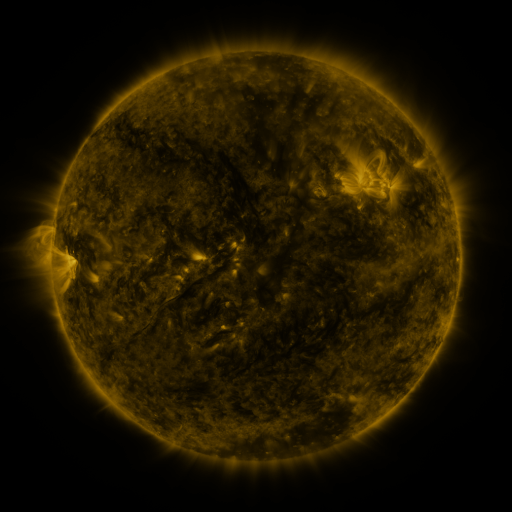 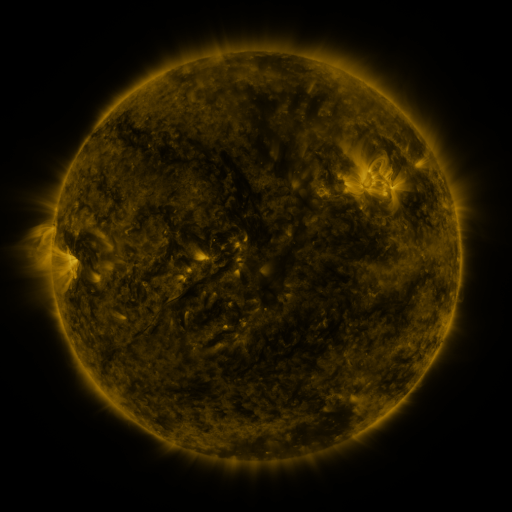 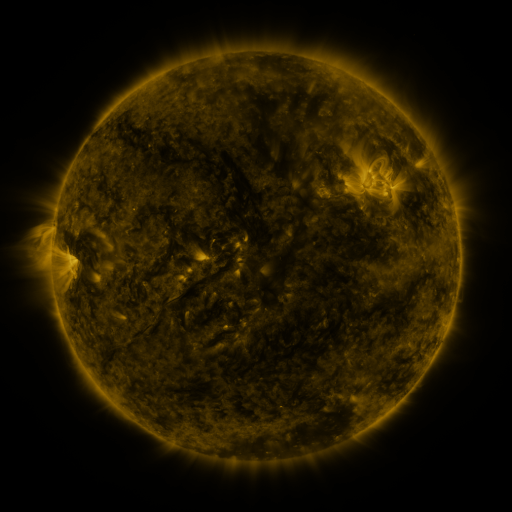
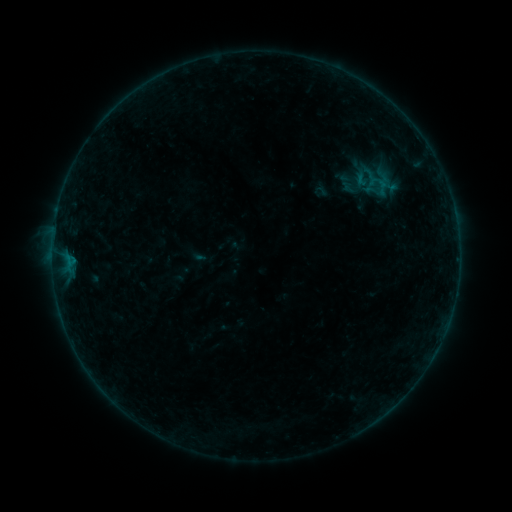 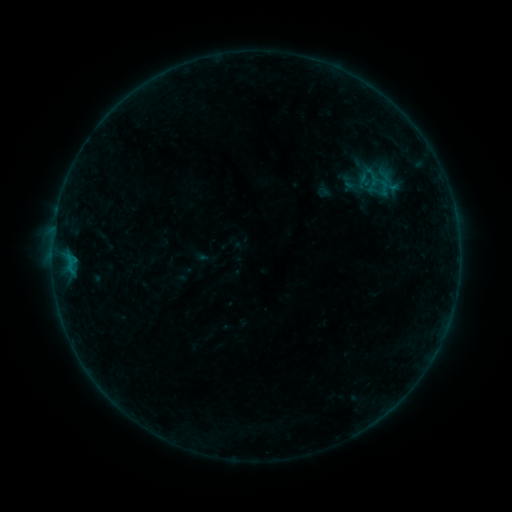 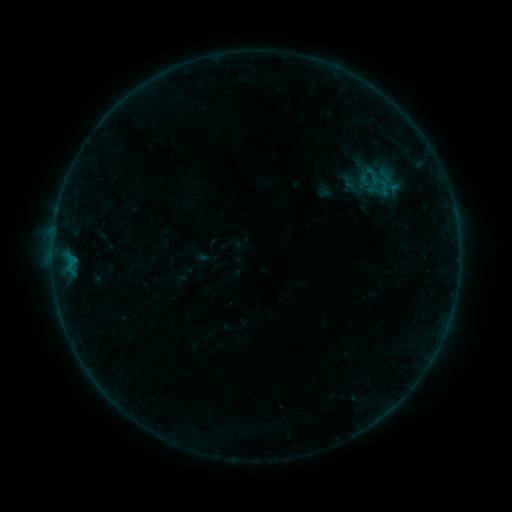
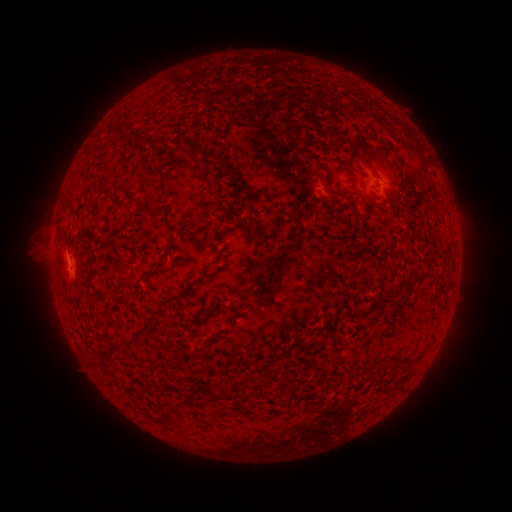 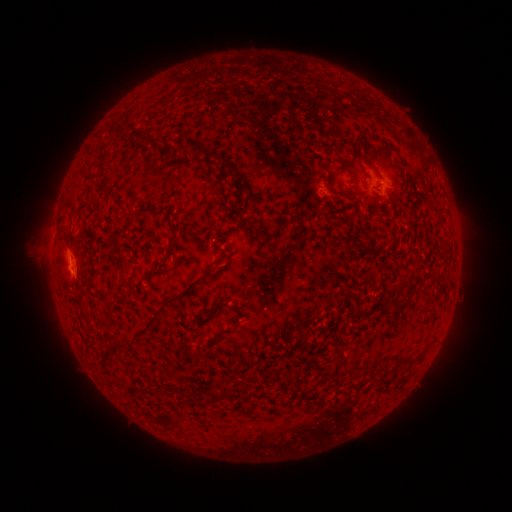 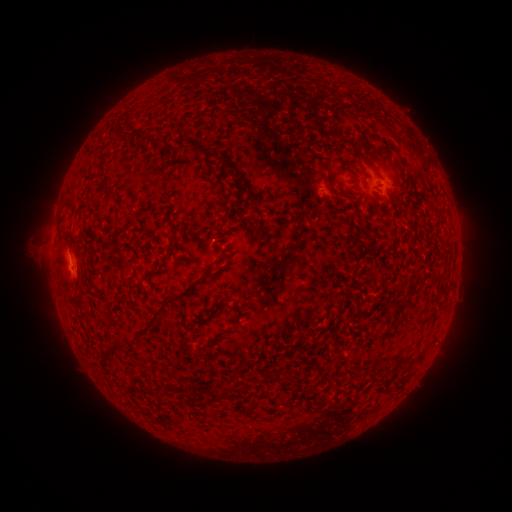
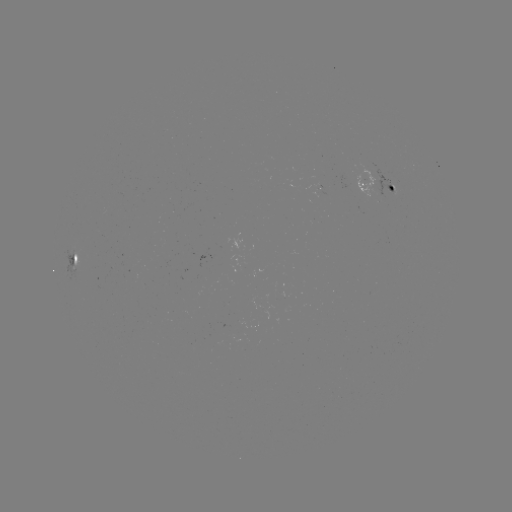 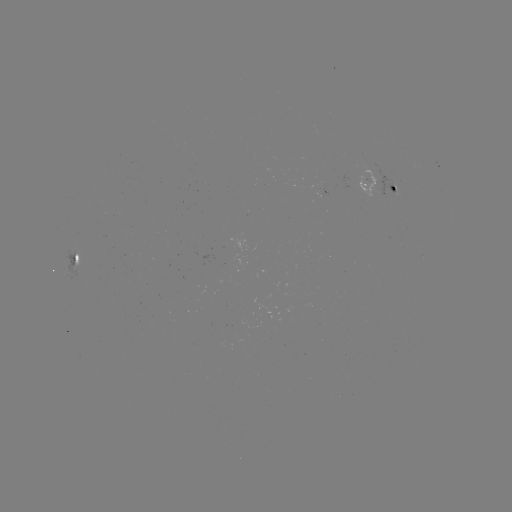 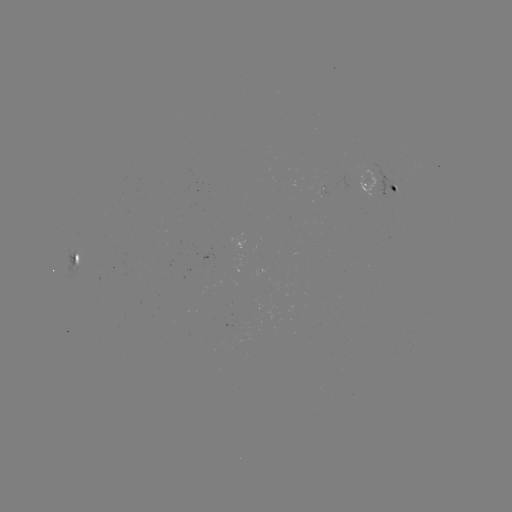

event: emerging-flux region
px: (320, 194)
